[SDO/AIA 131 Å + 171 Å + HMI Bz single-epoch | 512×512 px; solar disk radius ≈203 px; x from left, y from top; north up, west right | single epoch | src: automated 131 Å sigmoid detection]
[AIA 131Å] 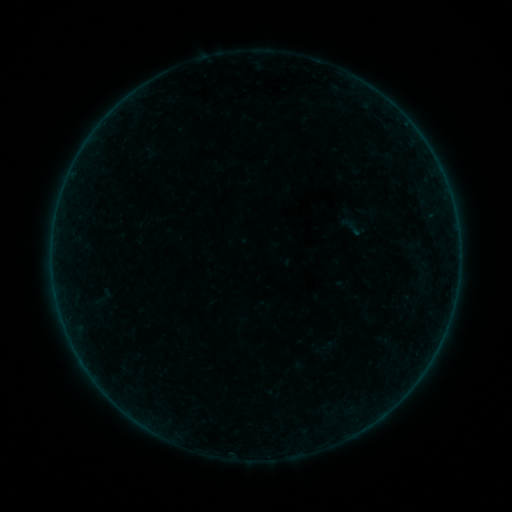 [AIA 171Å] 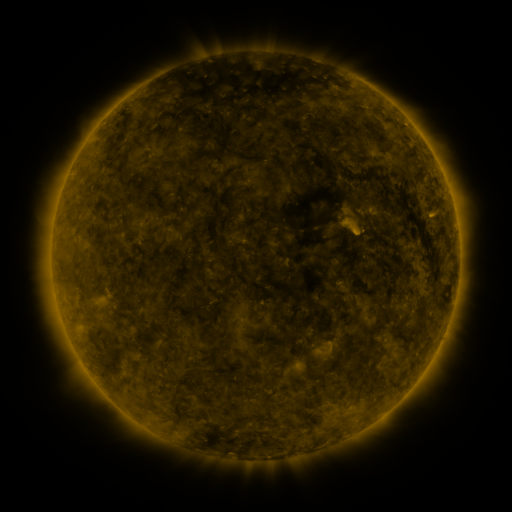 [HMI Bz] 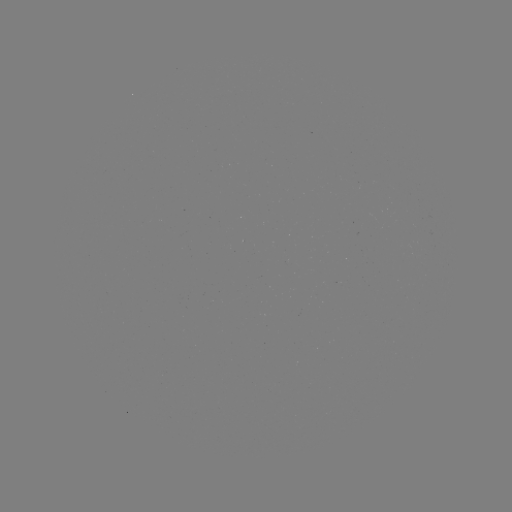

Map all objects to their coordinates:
sigmoid: (349, 223)
sigmoid: (415, 244)
